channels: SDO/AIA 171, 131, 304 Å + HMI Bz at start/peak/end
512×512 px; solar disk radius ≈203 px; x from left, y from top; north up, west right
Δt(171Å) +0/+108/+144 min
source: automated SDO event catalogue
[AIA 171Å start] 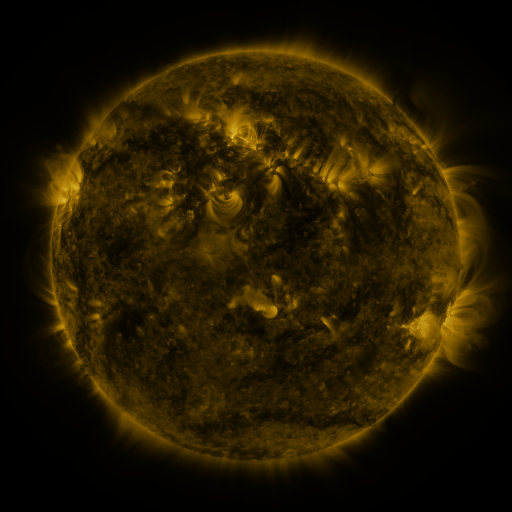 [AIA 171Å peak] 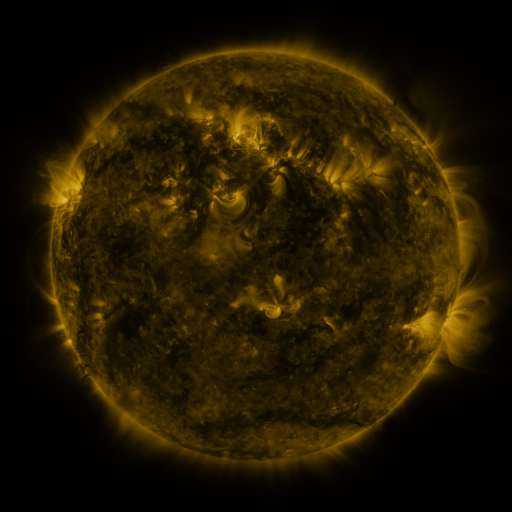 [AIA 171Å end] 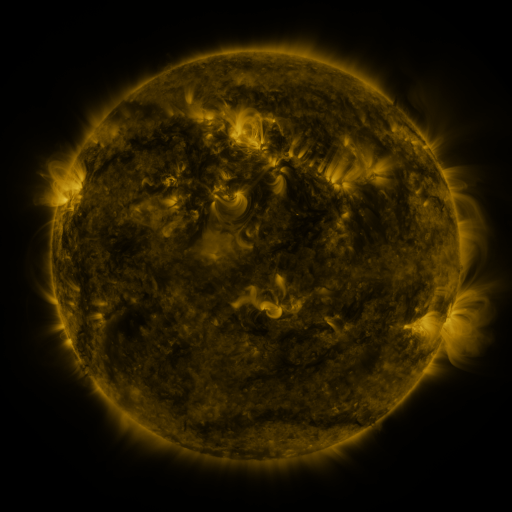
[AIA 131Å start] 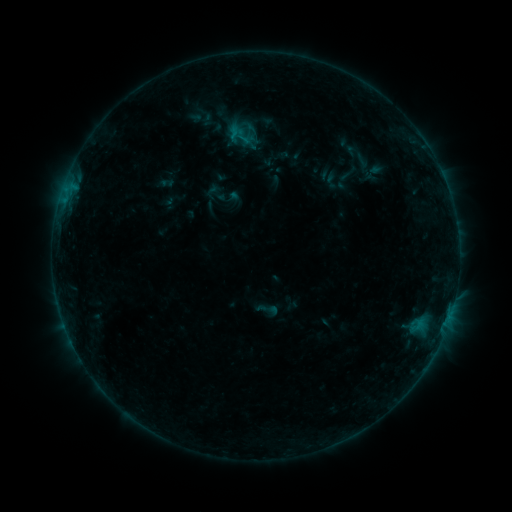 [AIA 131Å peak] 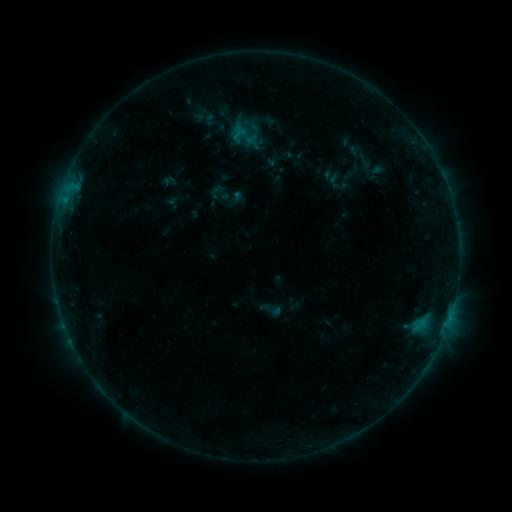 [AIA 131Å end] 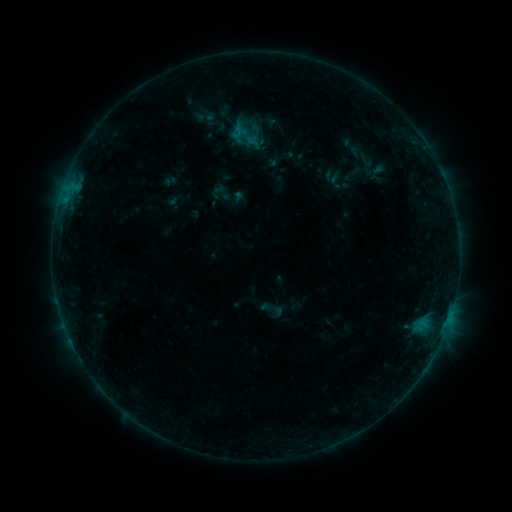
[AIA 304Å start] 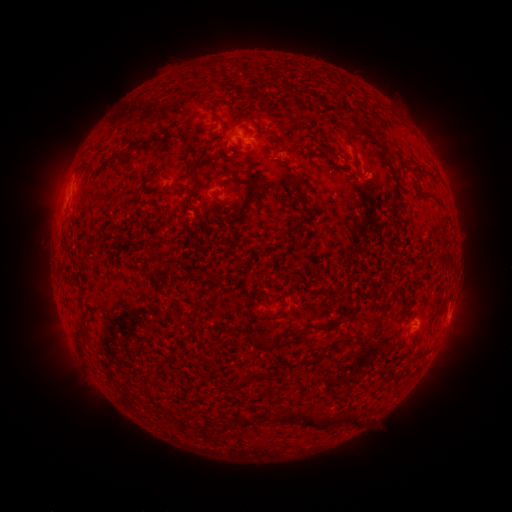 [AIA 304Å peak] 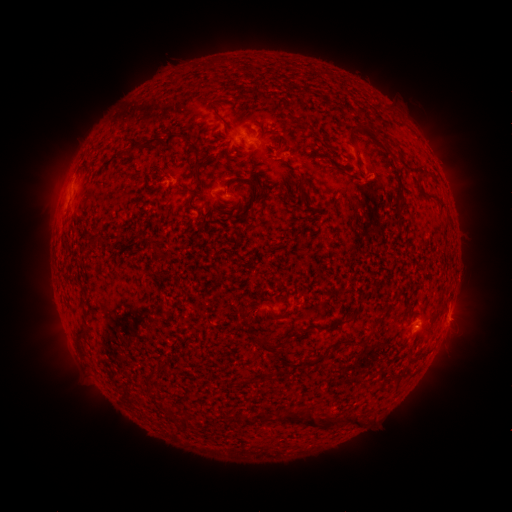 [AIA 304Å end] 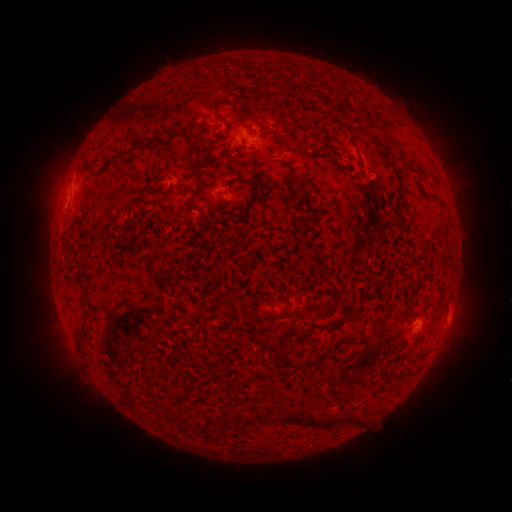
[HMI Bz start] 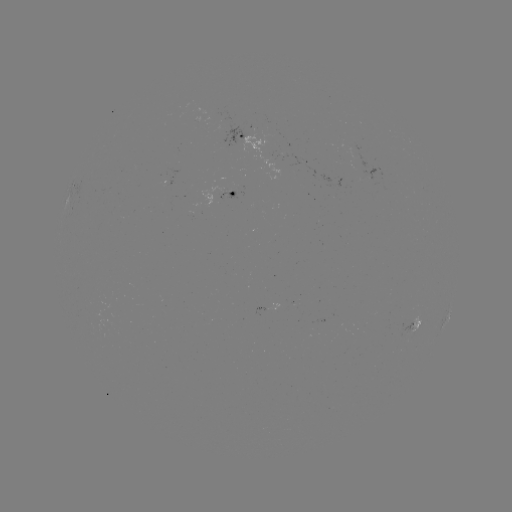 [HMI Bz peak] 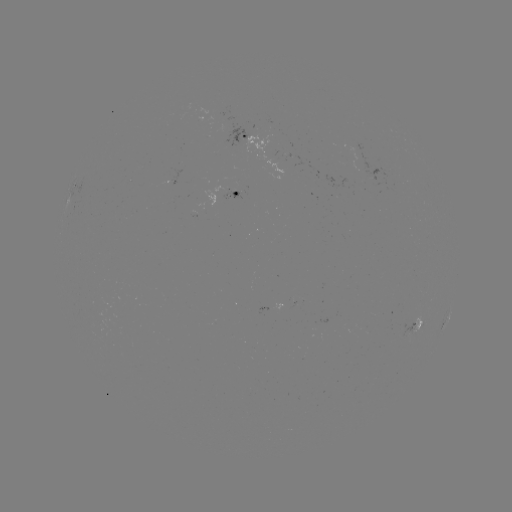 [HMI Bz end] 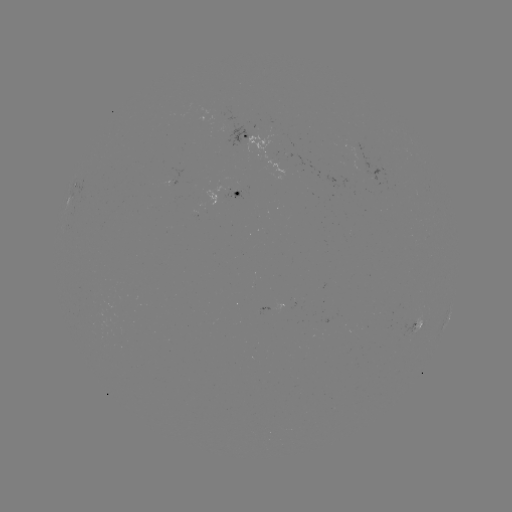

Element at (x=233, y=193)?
emerging-flux region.